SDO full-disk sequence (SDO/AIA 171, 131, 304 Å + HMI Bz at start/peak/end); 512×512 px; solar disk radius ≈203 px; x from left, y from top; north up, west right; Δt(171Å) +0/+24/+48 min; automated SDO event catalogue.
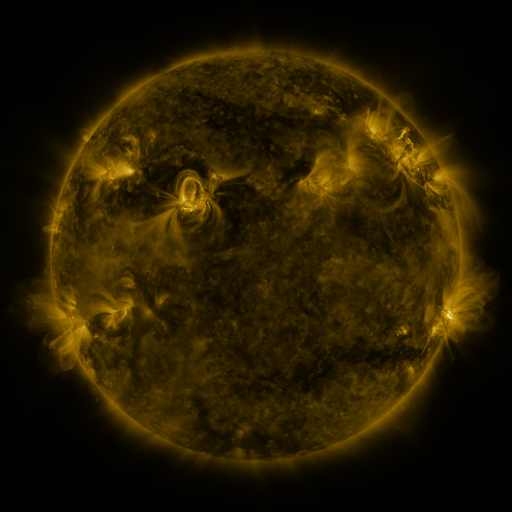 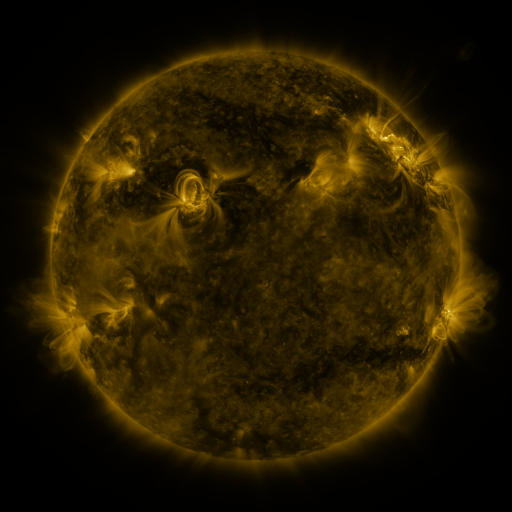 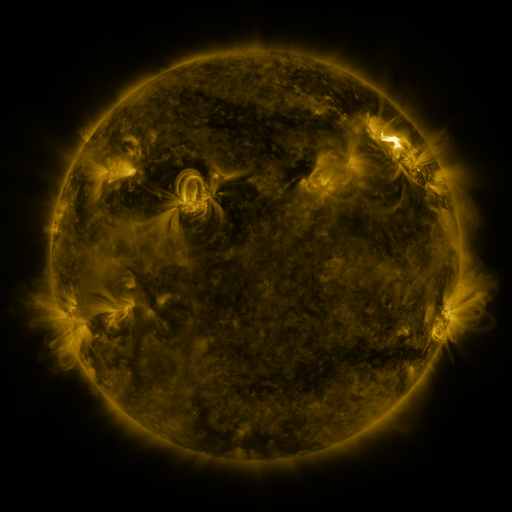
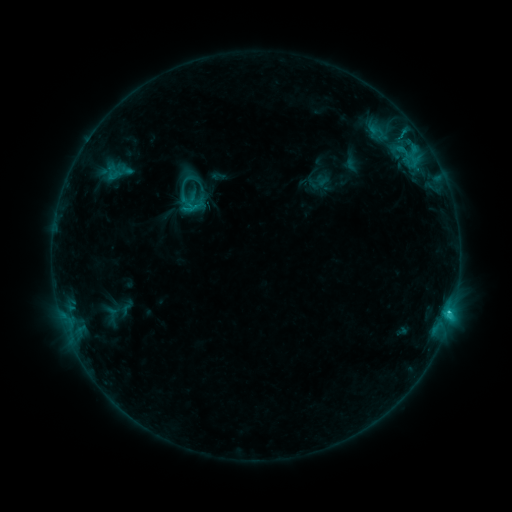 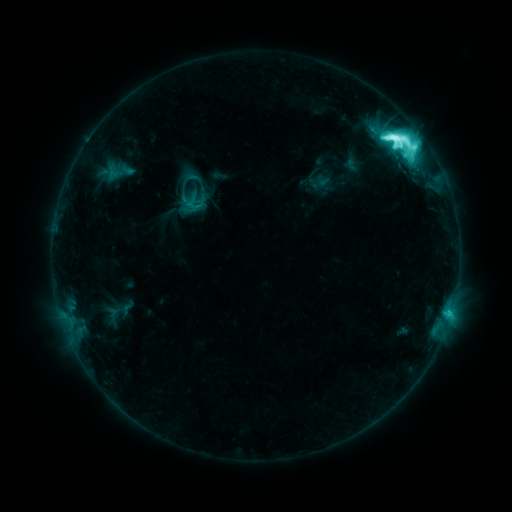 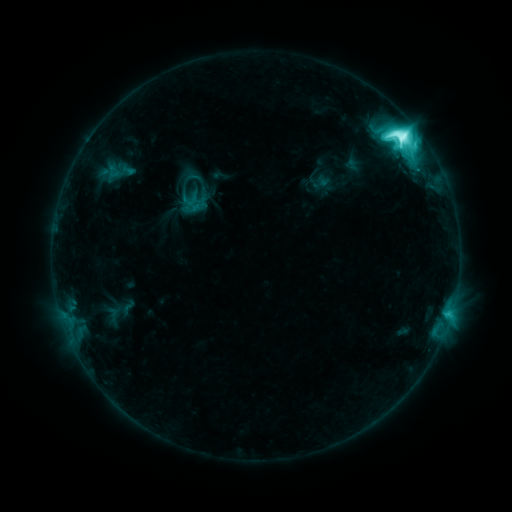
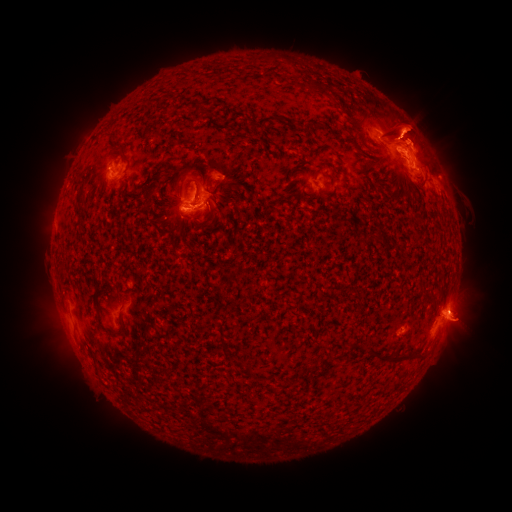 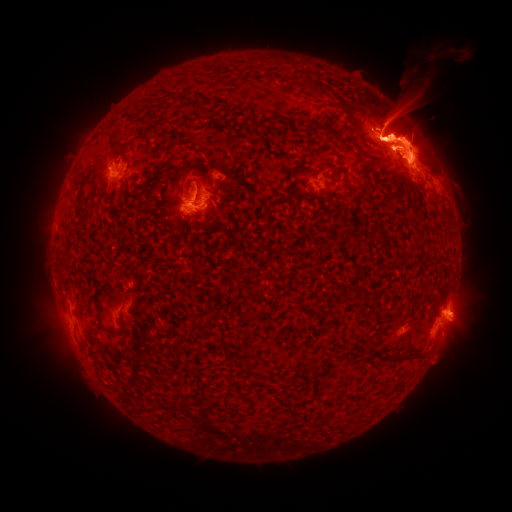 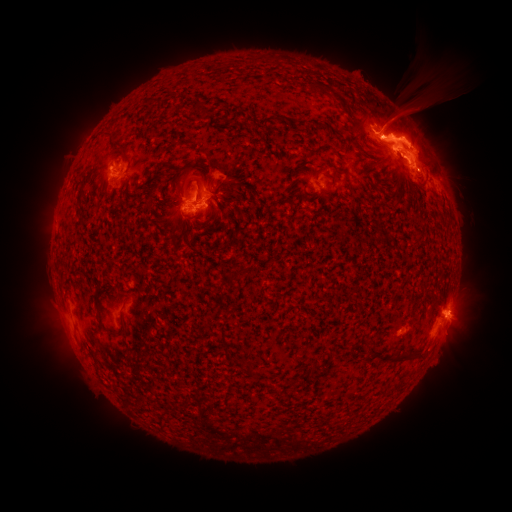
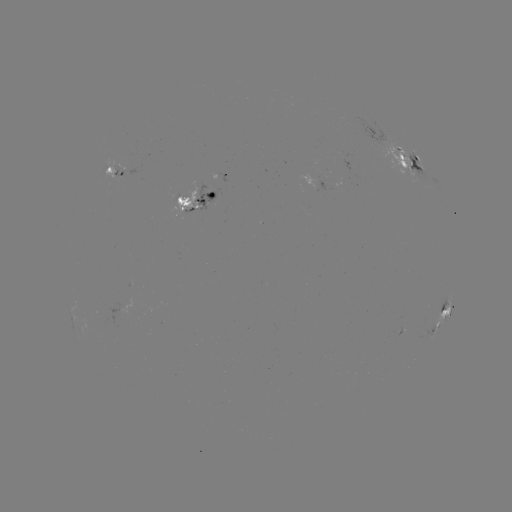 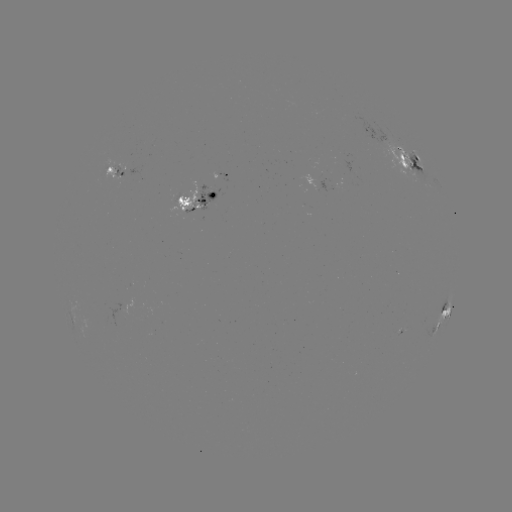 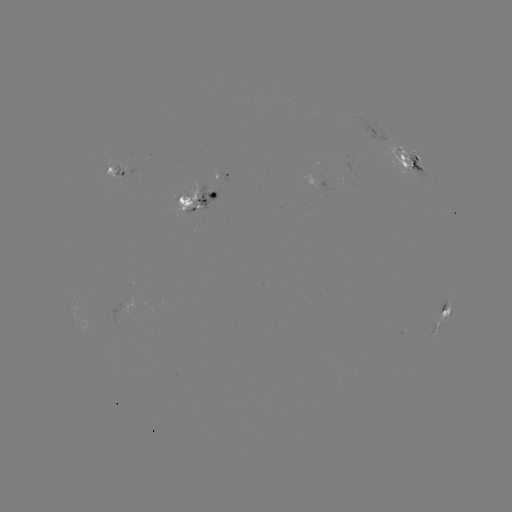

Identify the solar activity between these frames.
eruption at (420, 118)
